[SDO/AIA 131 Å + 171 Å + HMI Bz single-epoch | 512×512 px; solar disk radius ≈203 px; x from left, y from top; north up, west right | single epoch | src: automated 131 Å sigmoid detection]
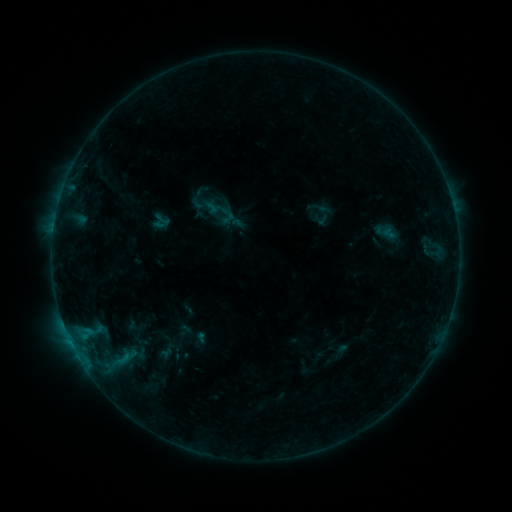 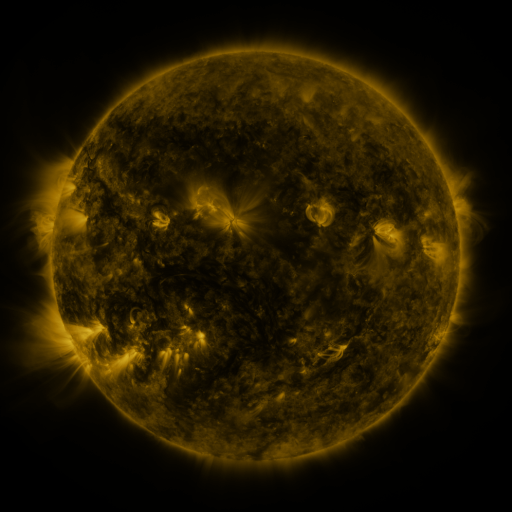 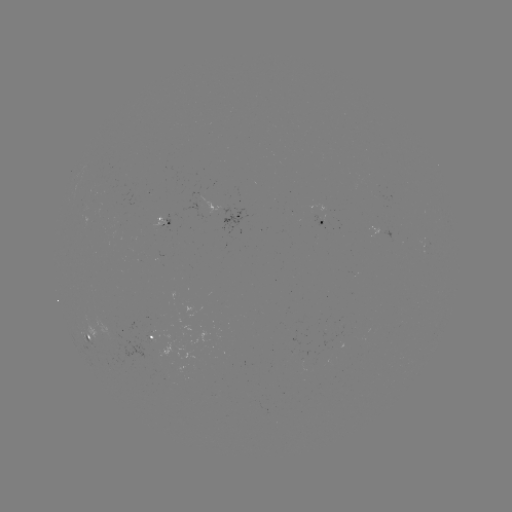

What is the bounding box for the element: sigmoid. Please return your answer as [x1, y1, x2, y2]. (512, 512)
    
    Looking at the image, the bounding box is [151, 211, 171, 233].